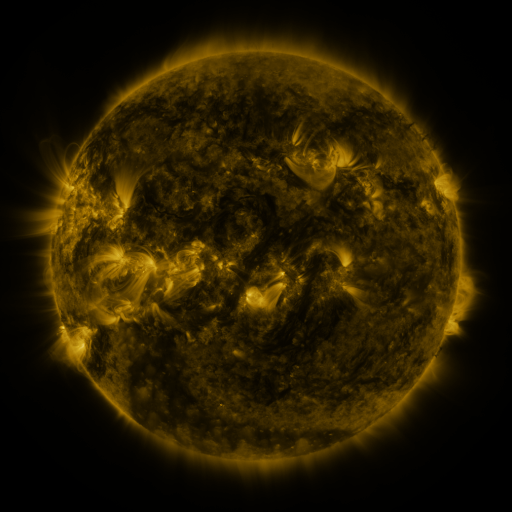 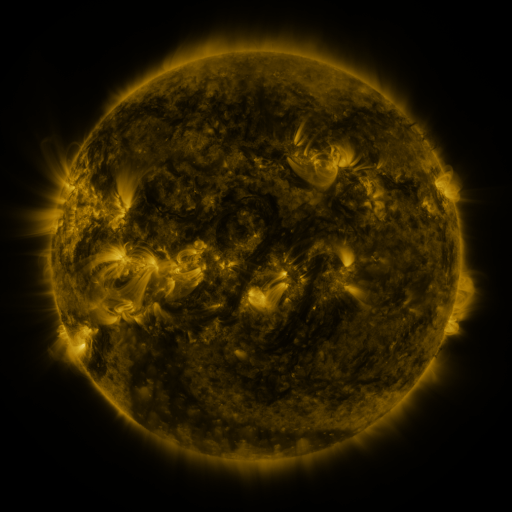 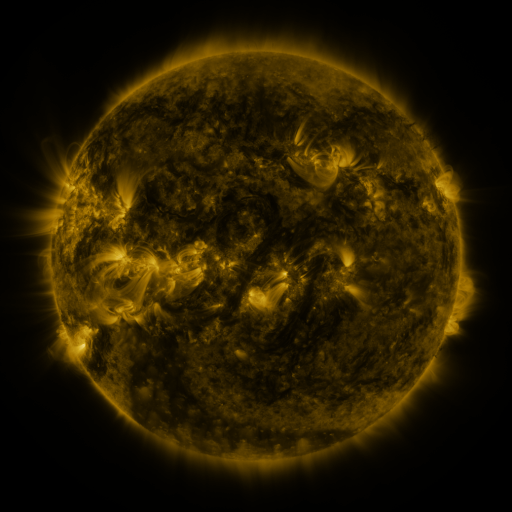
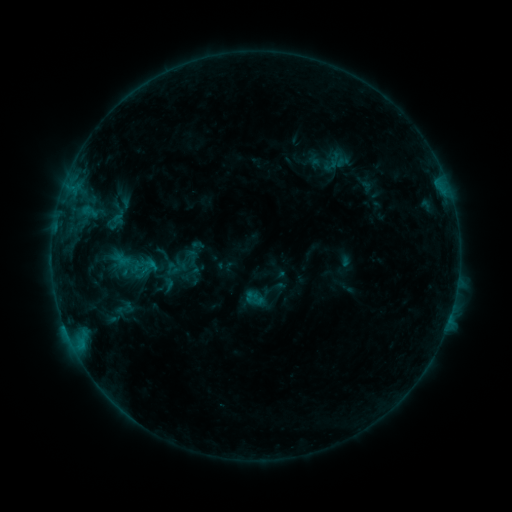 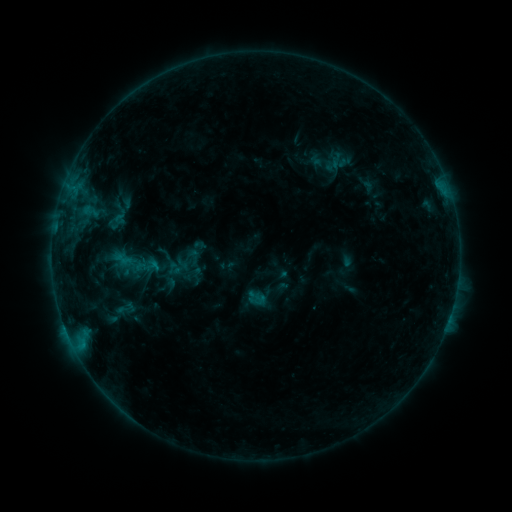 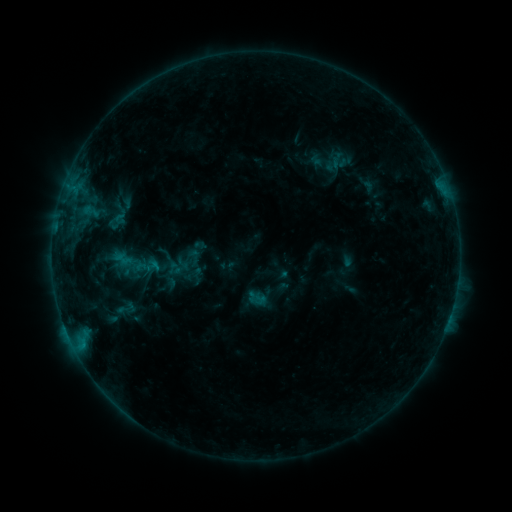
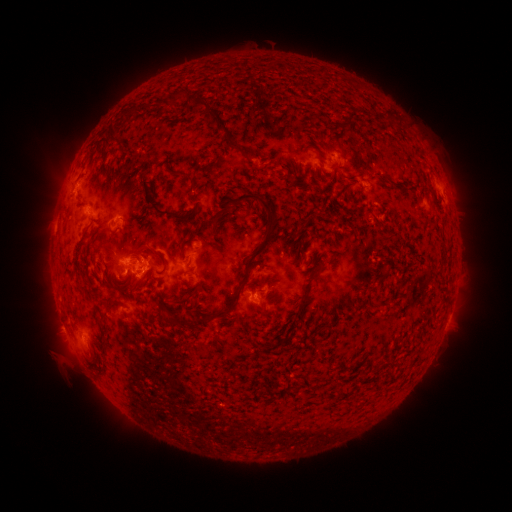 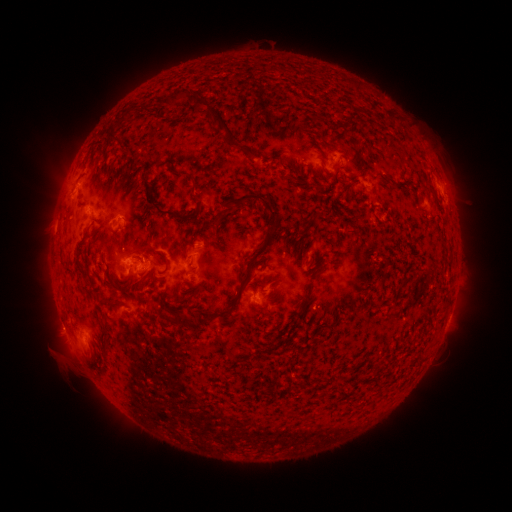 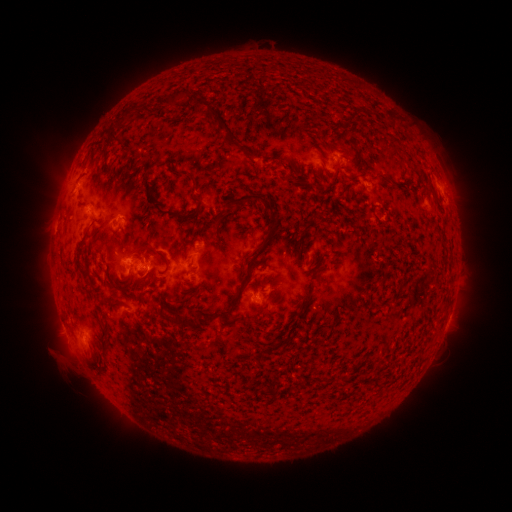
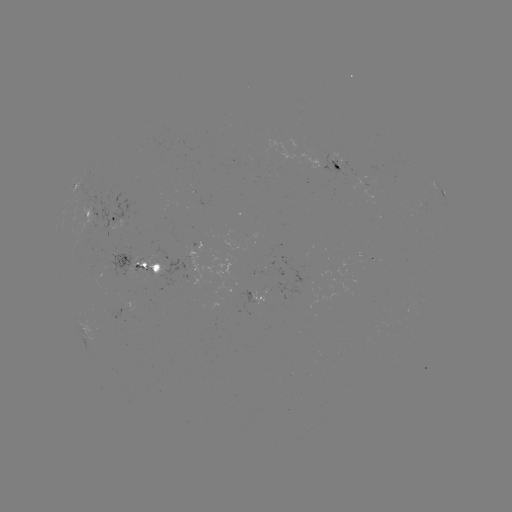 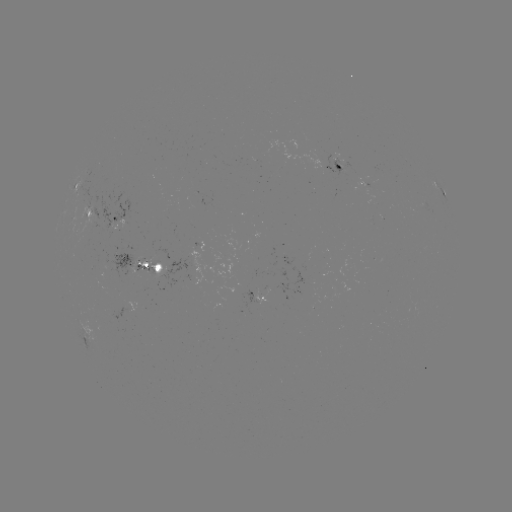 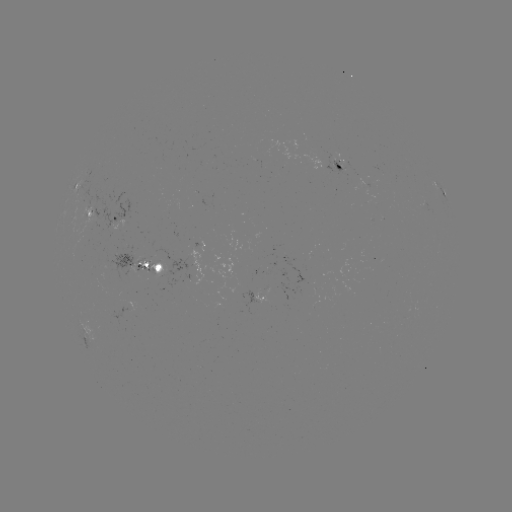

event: emerging-flux region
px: (356, 173)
